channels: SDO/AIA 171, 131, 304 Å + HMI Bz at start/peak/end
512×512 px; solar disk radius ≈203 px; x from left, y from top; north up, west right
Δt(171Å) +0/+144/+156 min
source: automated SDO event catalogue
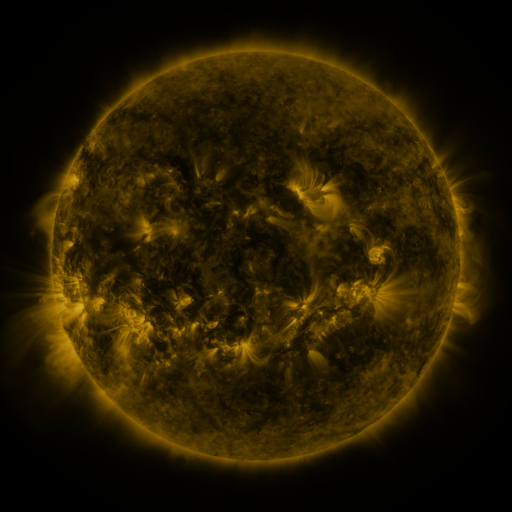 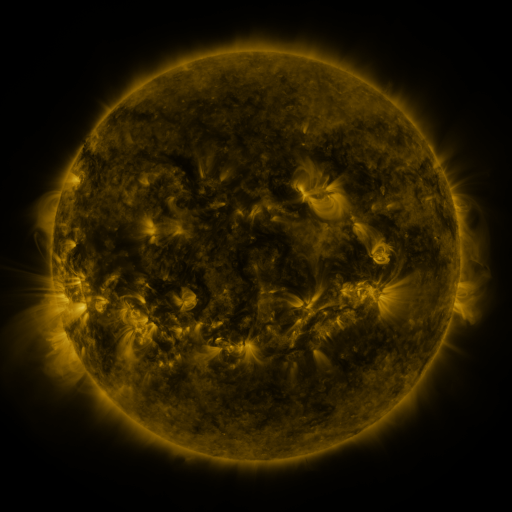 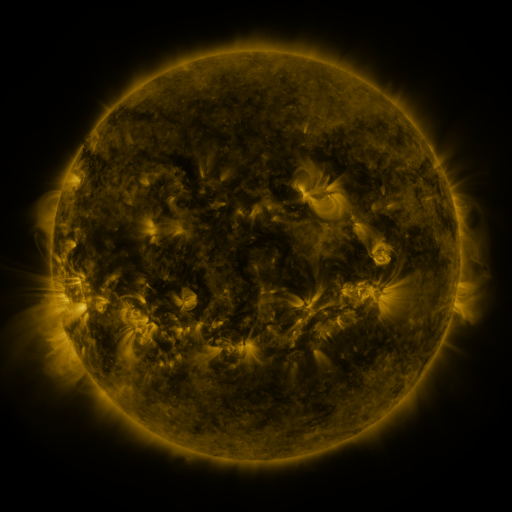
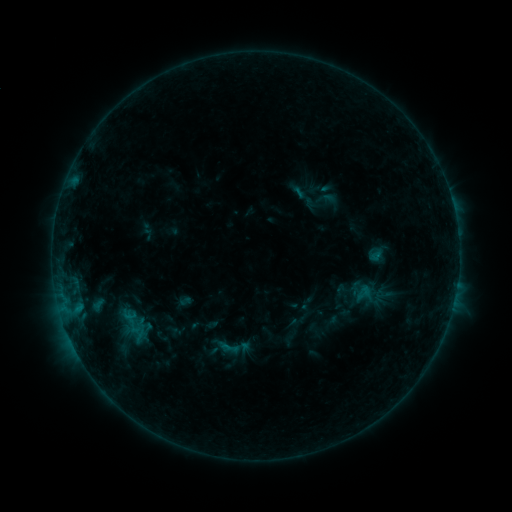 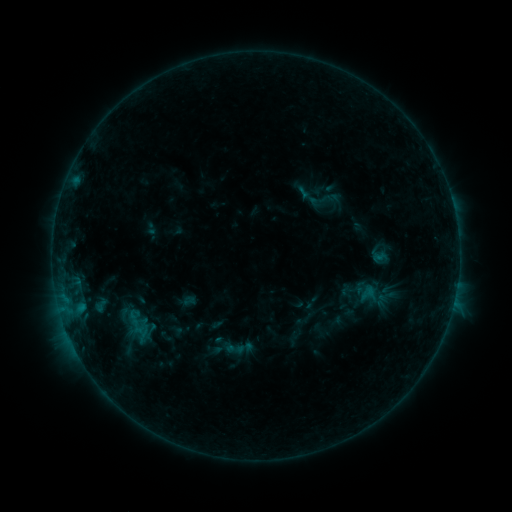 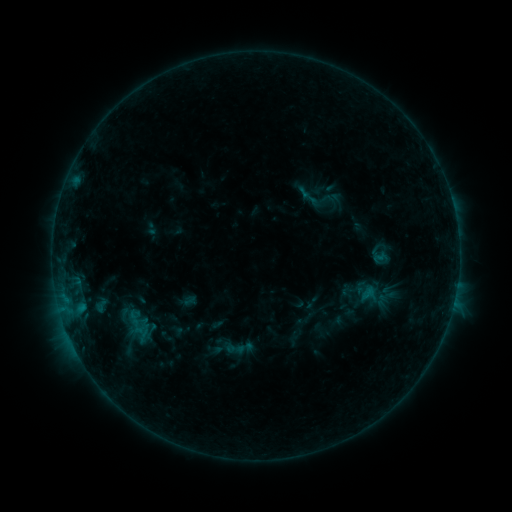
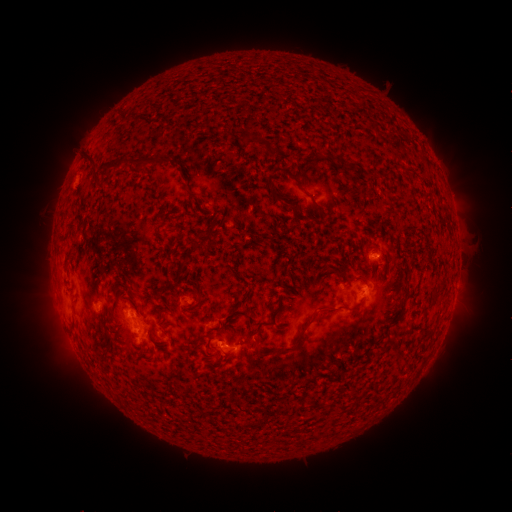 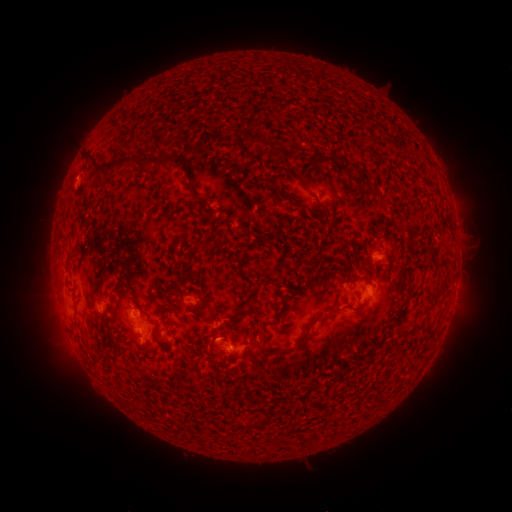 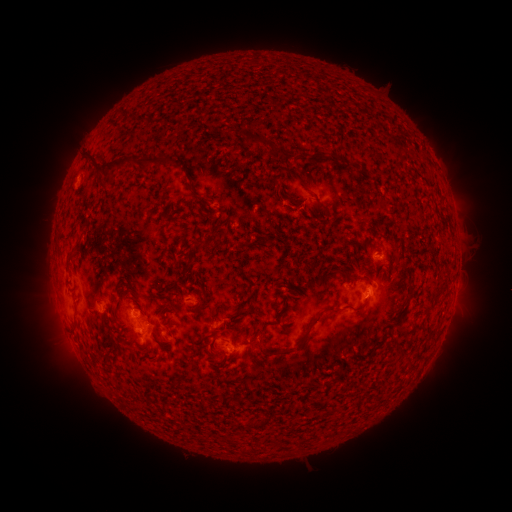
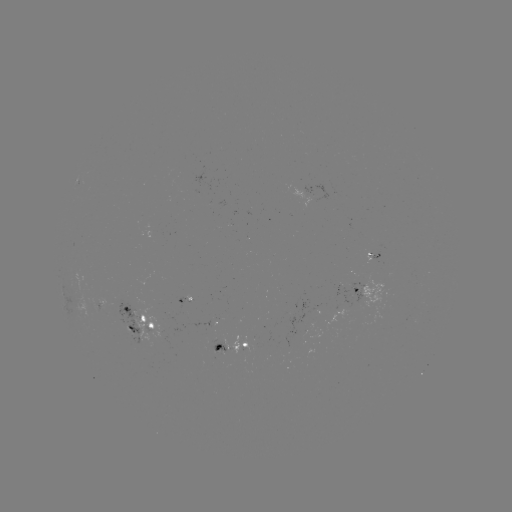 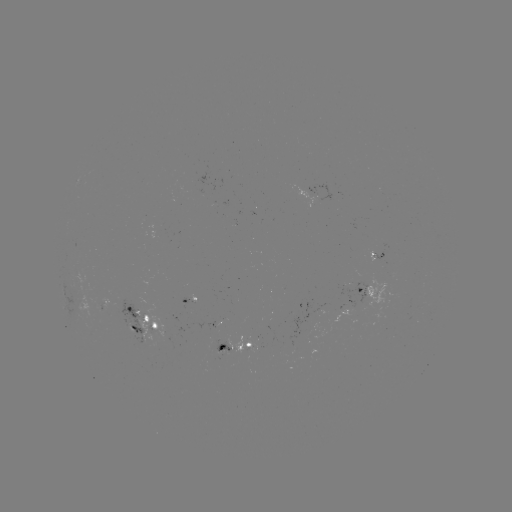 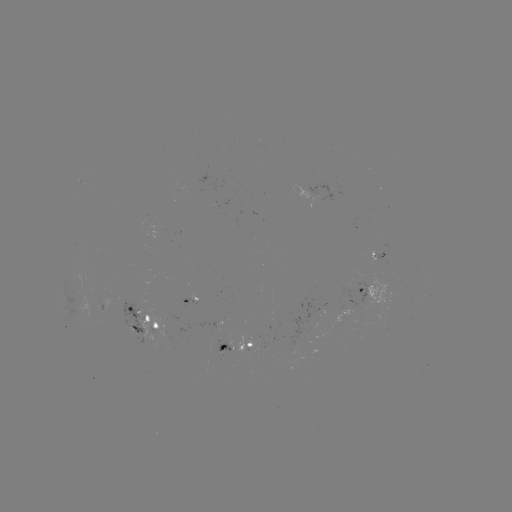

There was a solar emerging-flux region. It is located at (221, 350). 